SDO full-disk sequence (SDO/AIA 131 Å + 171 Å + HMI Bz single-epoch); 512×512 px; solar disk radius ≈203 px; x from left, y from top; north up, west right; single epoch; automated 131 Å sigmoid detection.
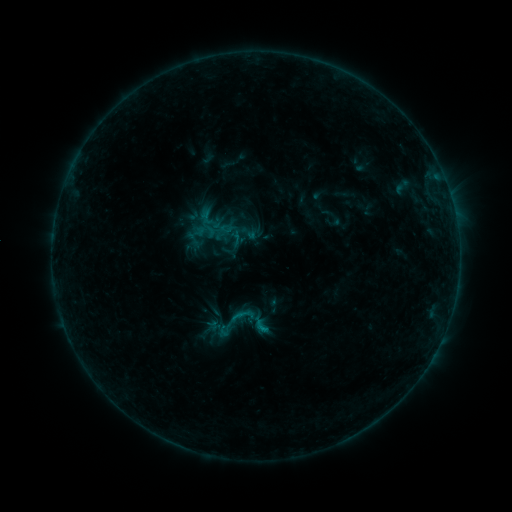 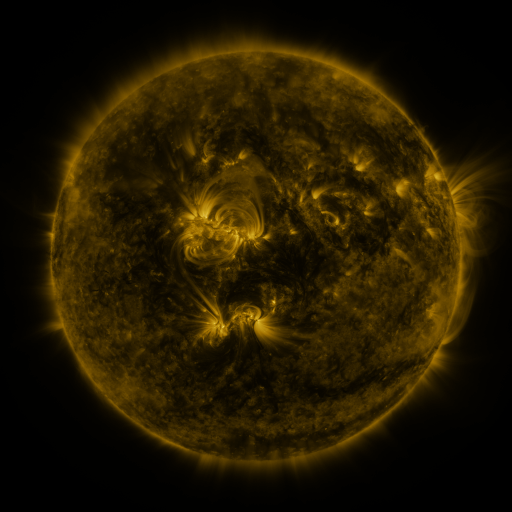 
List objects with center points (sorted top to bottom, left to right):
sigmoid: <bbox>213, 302, 256, 341</bbox>
sigmoid: <bbox>215, 321, 234, 338</bbox>
